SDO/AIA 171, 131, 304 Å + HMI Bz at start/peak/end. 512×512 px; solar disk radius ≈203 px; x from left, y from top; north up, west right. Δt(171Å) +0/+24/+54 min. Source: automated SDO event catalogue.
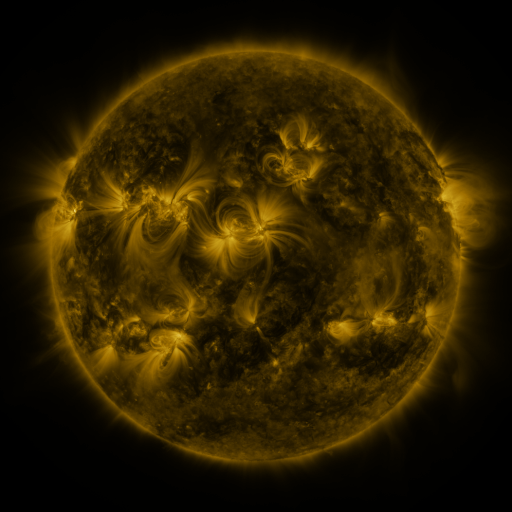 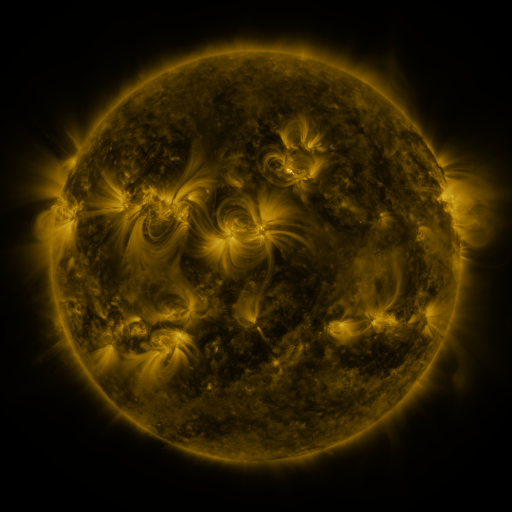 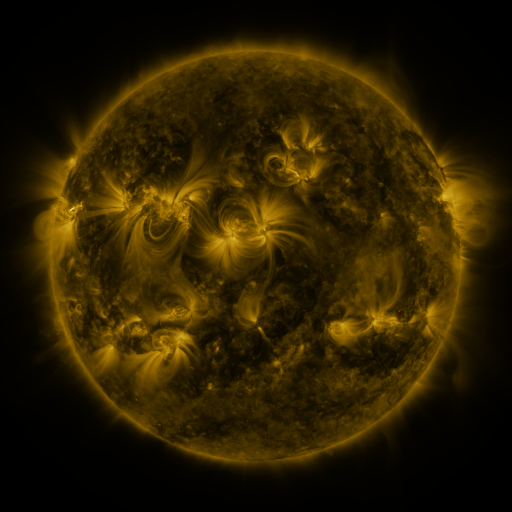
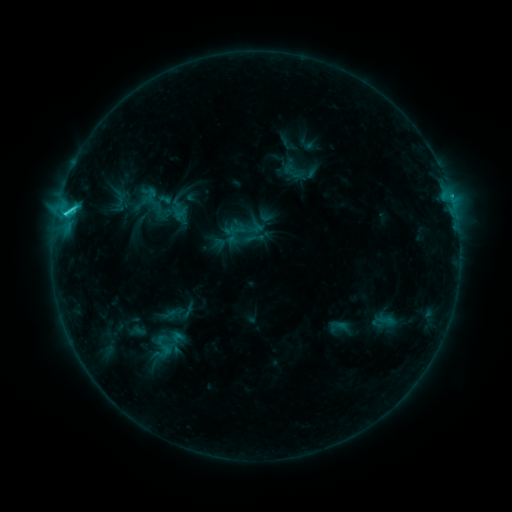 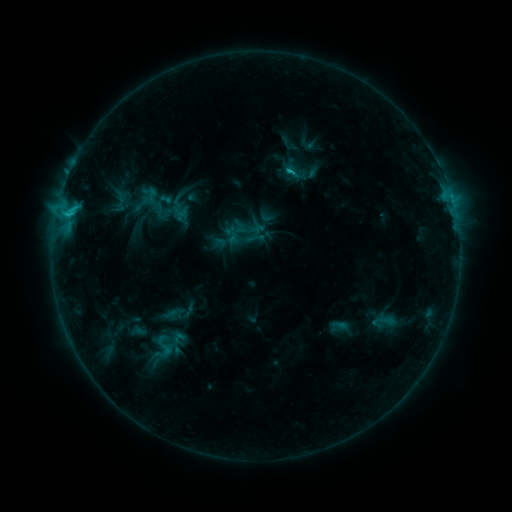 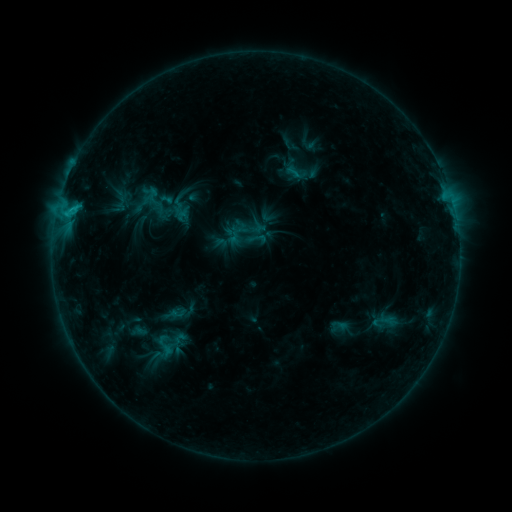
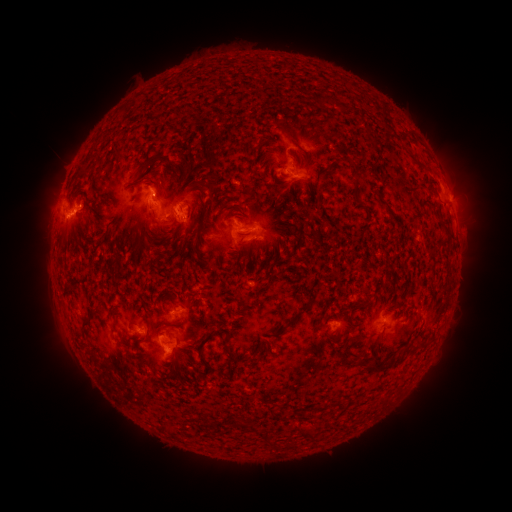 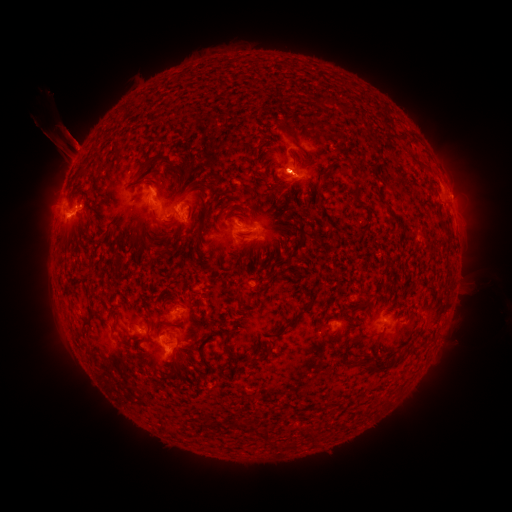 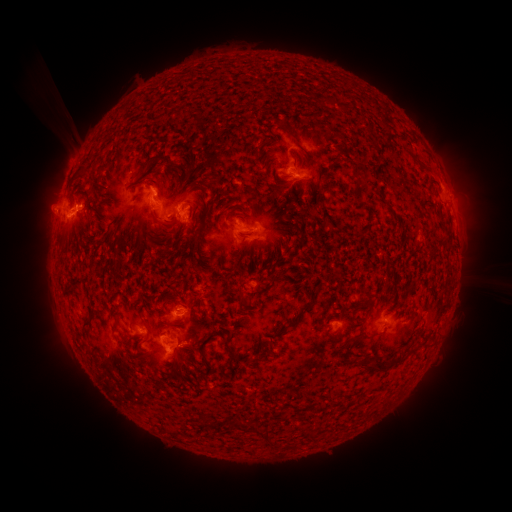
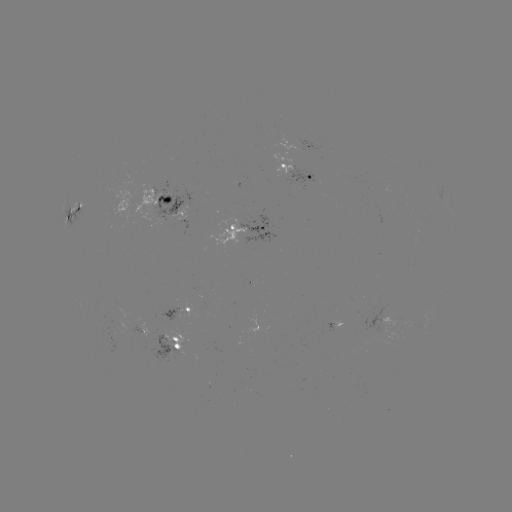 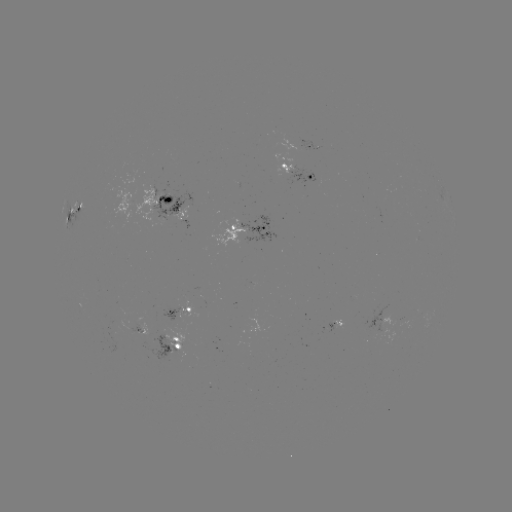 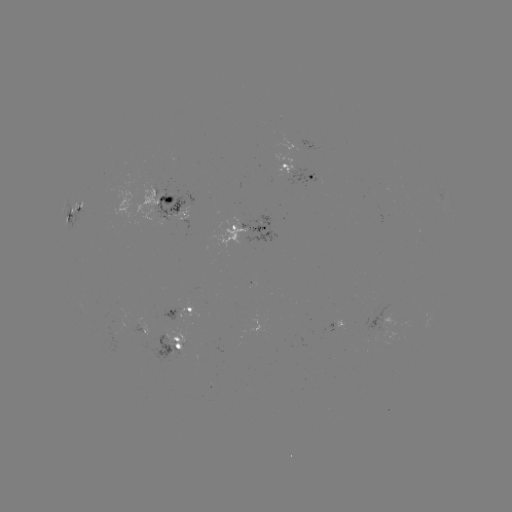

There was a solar filament eruption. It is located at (469, 299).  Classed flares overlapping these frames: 1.